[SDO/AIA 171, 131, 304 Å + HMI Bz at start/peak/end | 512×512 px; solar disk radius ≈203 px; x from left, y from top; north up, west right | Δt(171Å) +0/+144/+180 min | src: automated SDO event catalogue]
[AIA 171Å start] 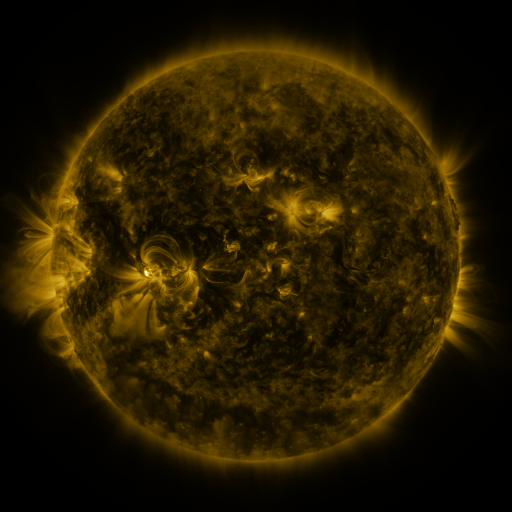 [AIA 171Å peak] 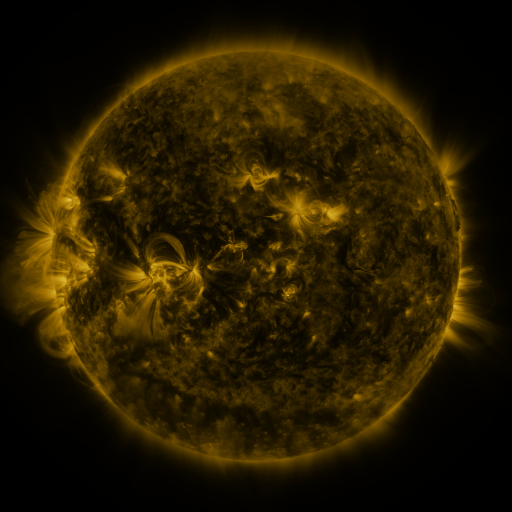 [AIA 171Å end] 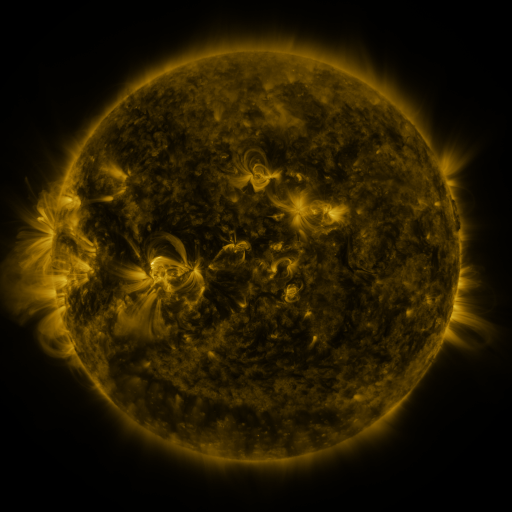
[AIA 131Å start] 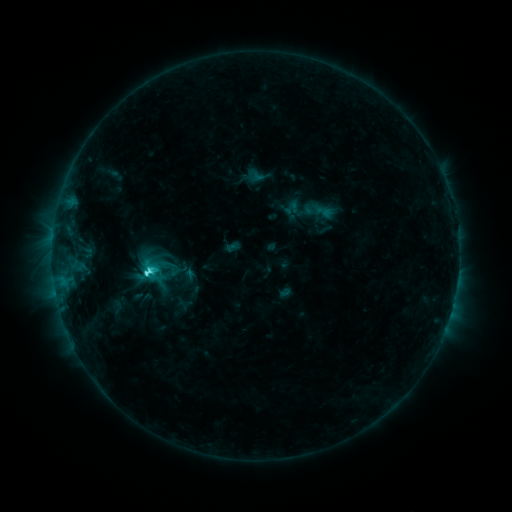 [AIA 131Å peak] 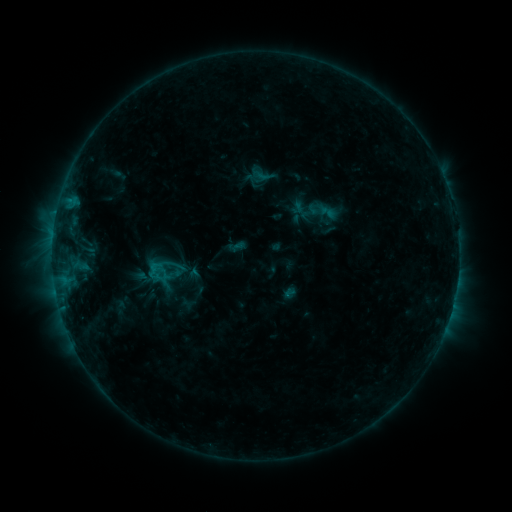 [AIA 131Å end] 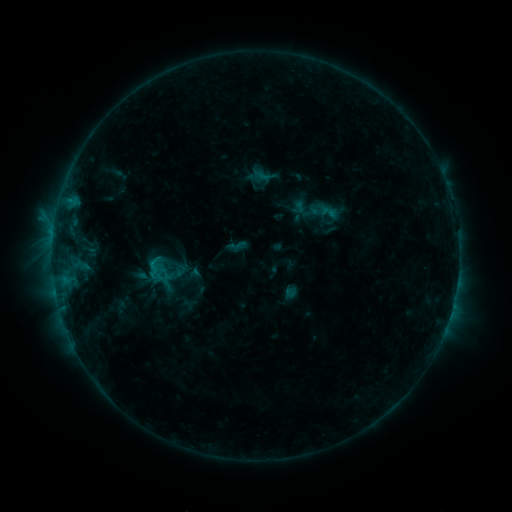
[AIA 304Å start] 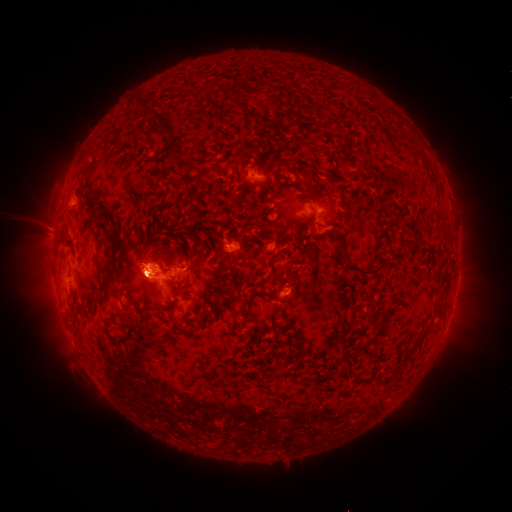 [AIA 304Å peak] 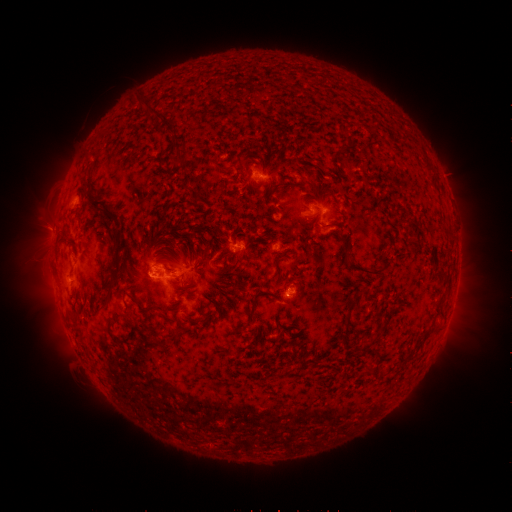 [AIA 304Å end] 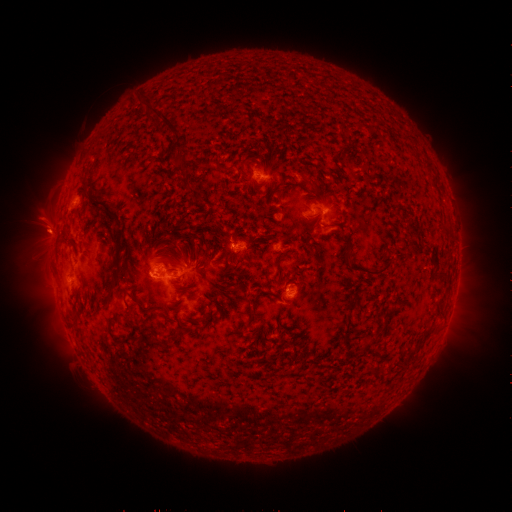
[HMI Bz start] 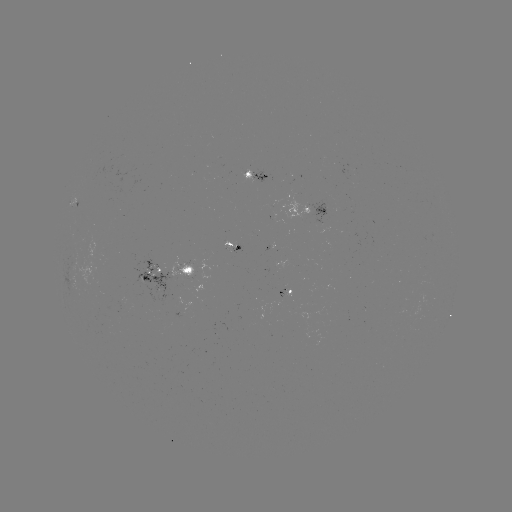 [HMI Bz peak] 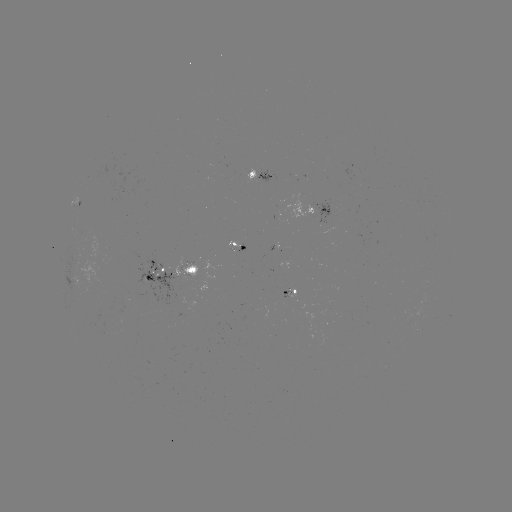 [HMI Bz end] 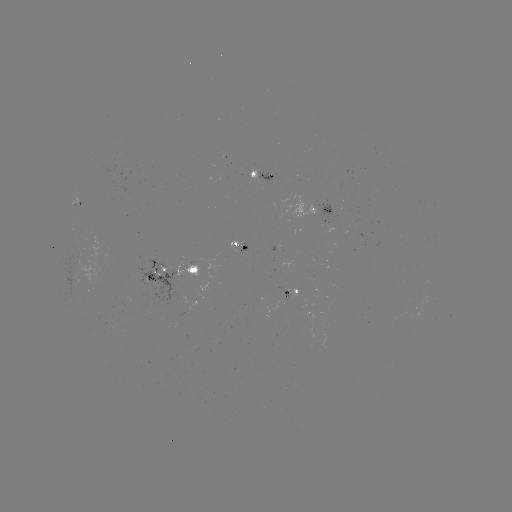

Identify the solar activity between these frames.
emerging-flux region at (238, 251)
